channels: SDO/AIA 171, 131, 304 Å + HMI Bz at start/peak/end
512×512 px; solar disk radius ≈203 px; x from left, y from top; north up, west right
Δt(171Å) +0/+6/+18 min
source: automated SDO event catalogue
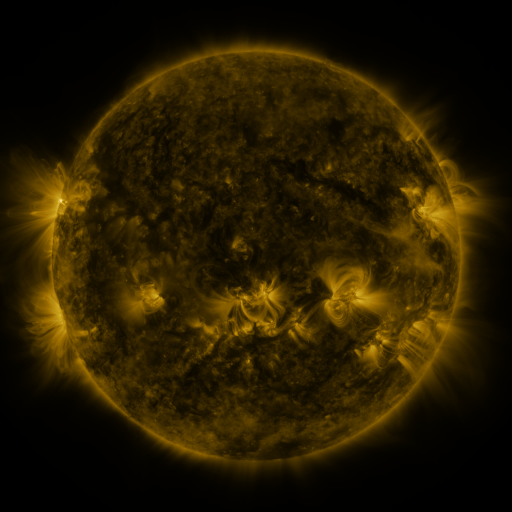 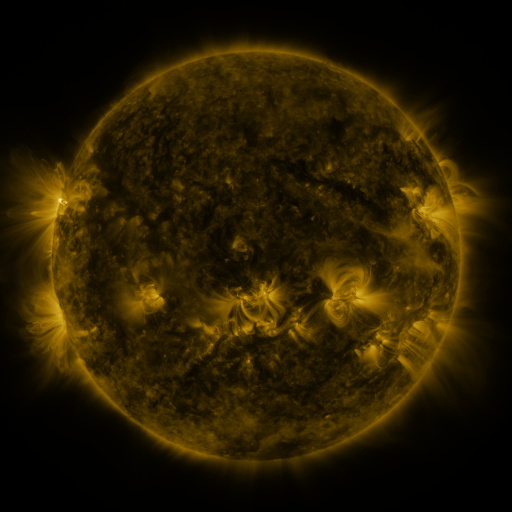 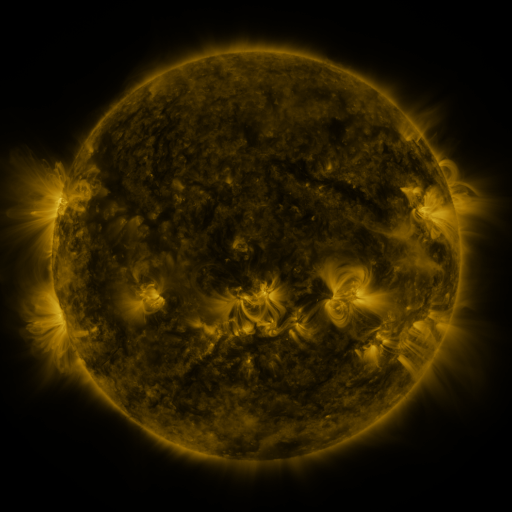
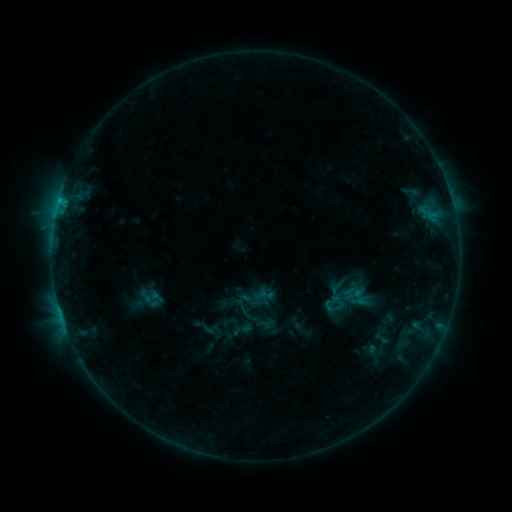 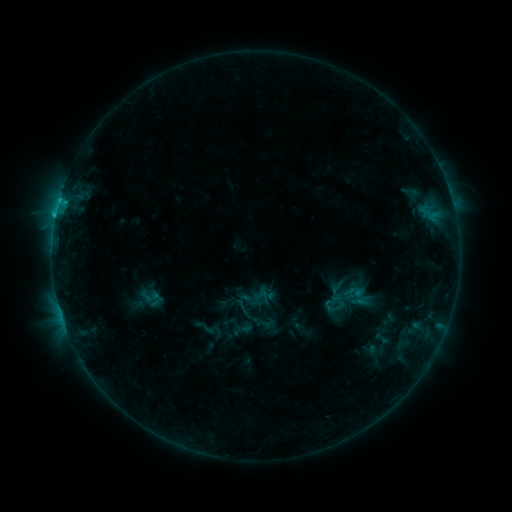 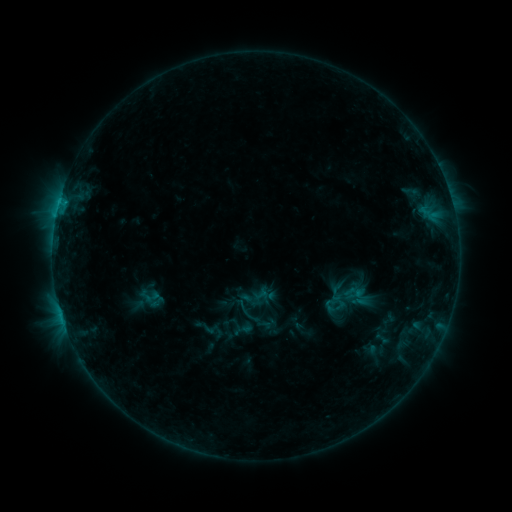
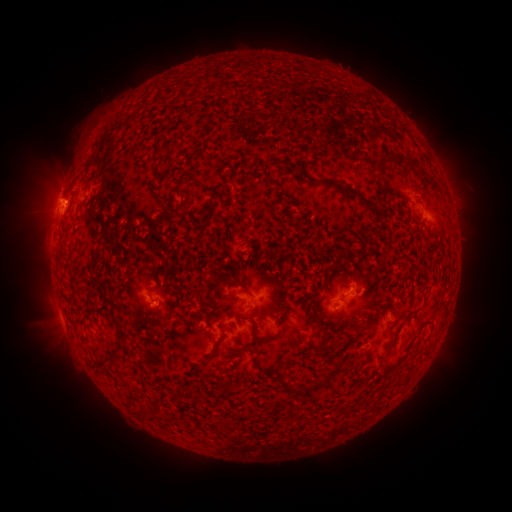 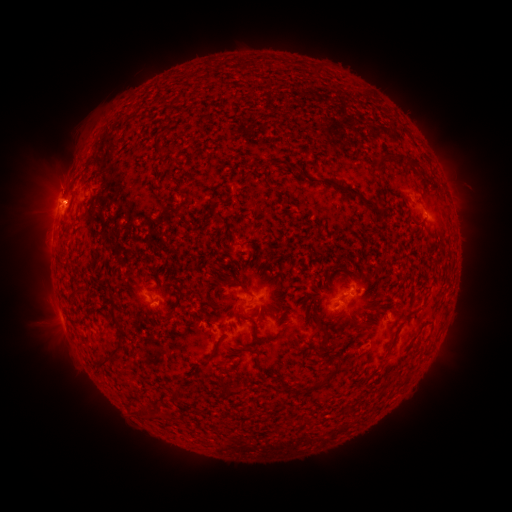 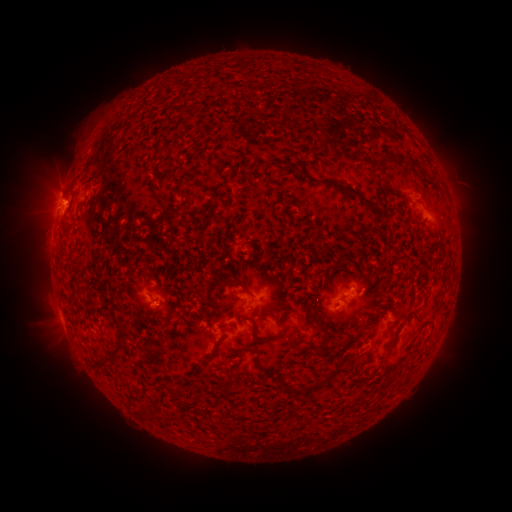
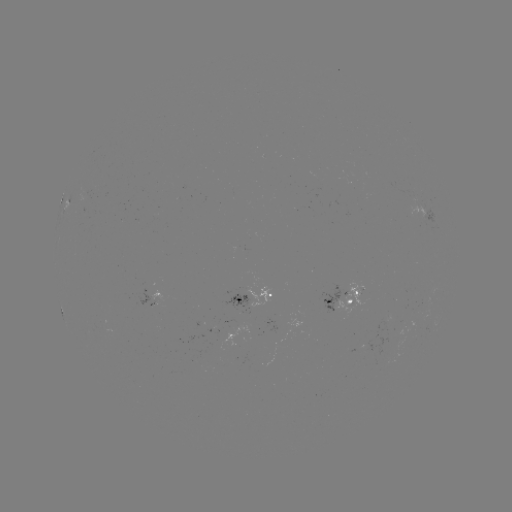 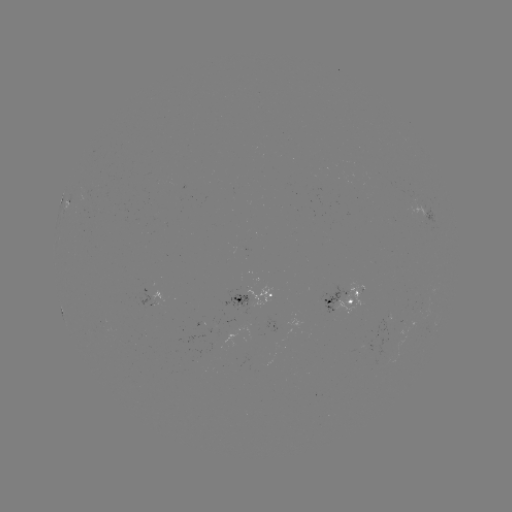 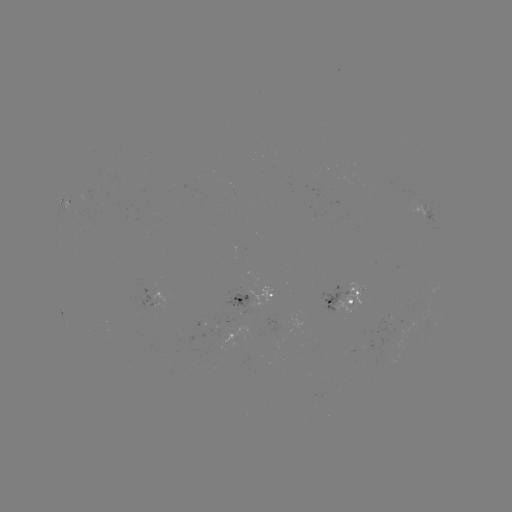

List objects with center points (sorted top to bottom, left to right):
C1.2 flare: (56, 217)
